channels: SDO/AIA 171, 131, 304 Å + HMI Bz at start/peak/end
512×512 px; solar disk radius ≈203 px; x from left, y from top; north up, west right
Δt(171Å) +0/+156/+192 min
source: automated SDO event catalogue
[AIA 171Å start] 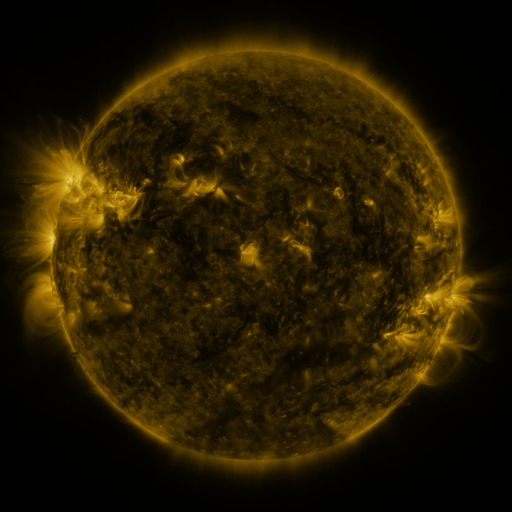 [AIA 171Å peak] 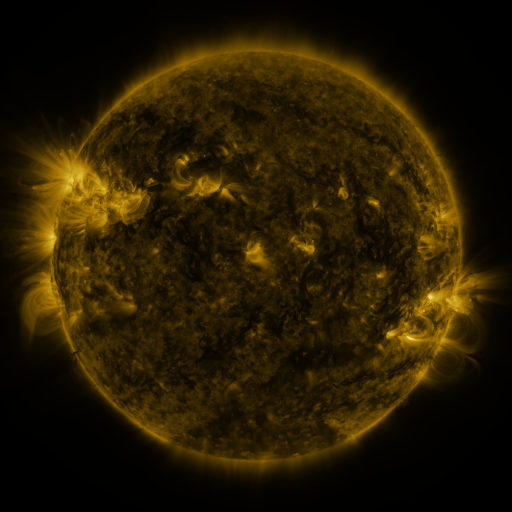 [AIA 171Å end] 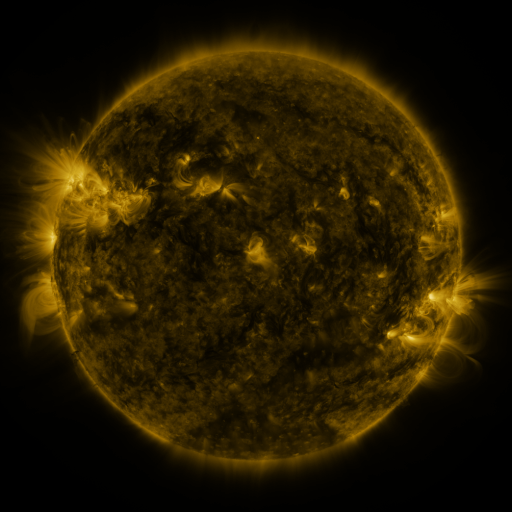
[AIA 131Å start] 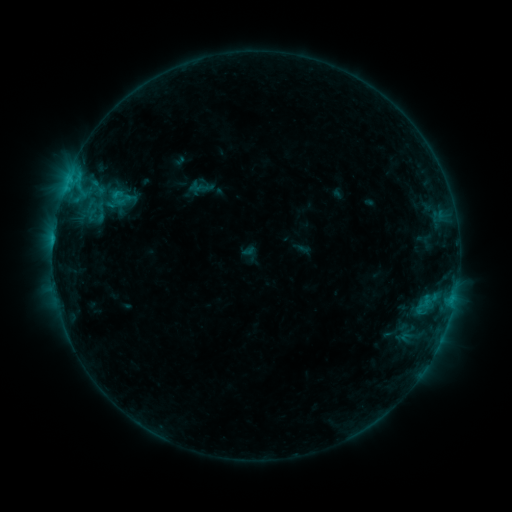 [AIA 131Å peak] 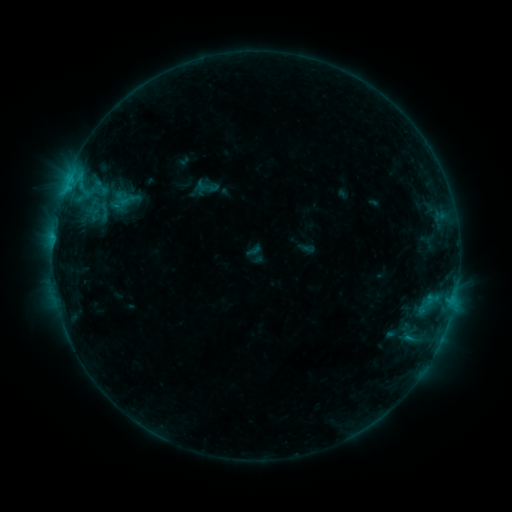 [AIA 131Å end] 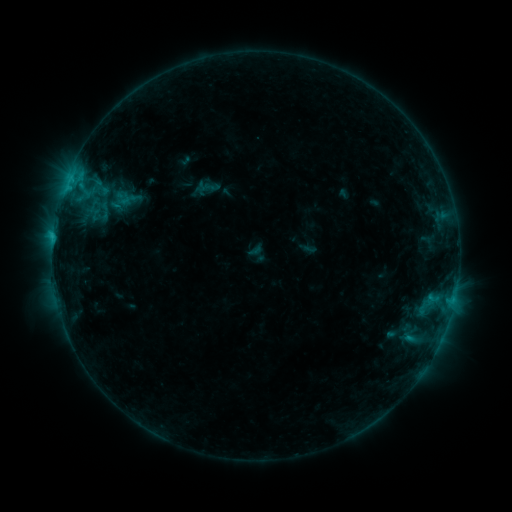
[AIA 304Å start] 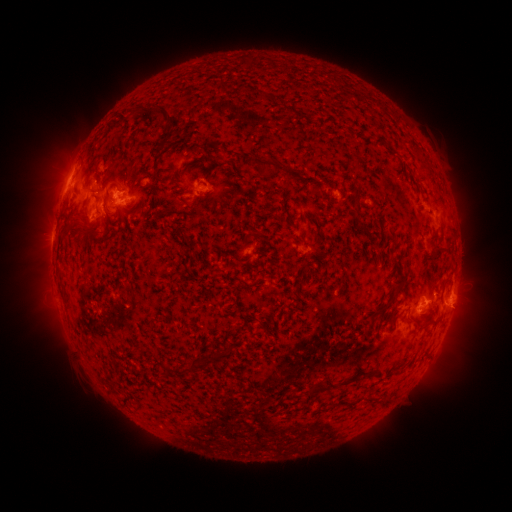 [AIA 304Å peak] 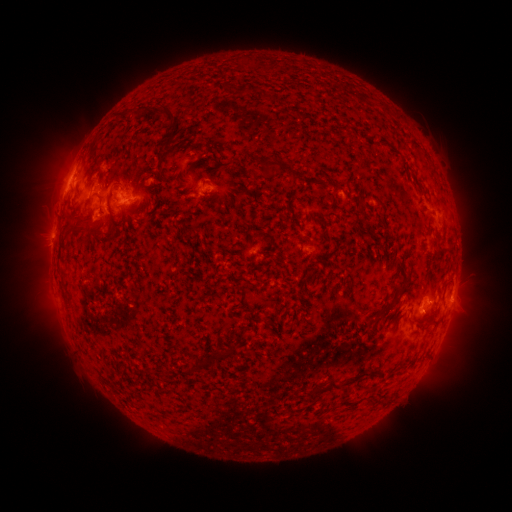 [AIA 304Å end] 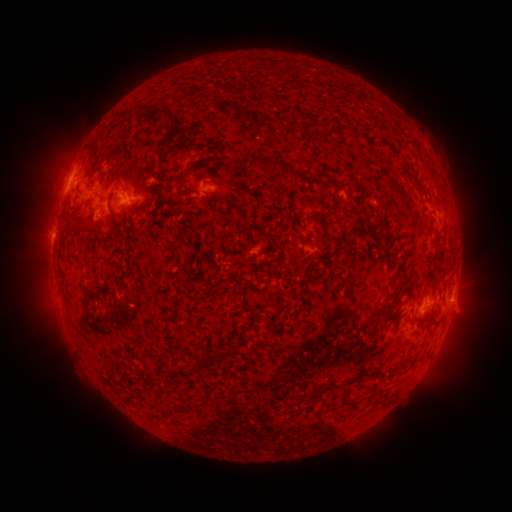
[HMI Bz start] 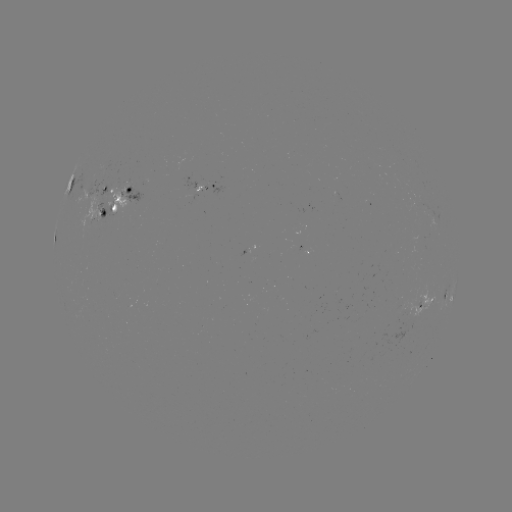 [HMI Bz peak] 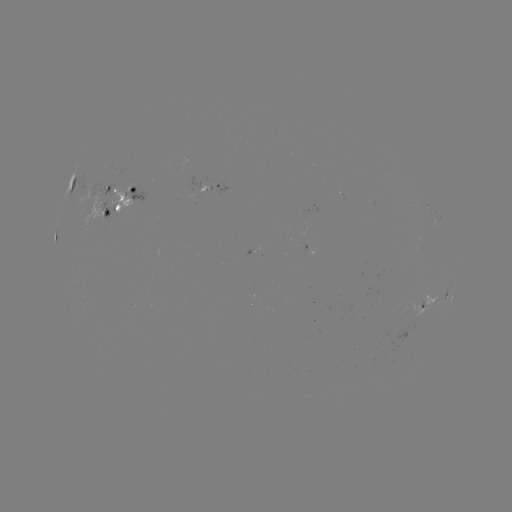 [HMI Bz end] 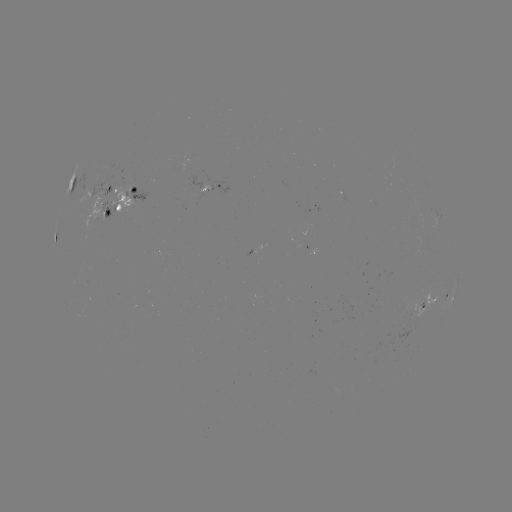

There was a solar emerging-flux region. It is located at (92, 212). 